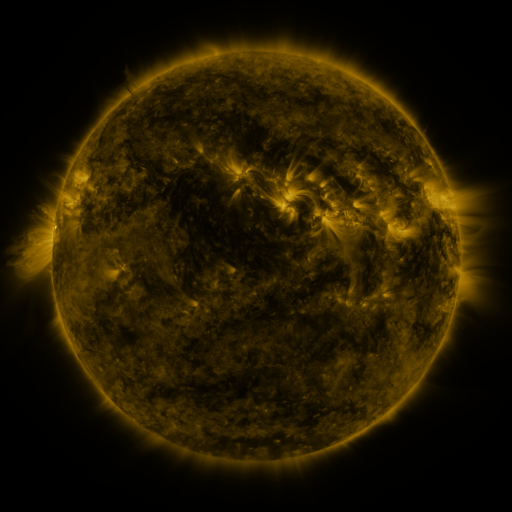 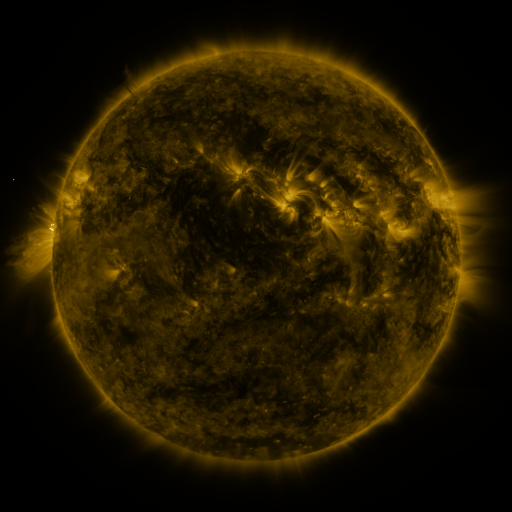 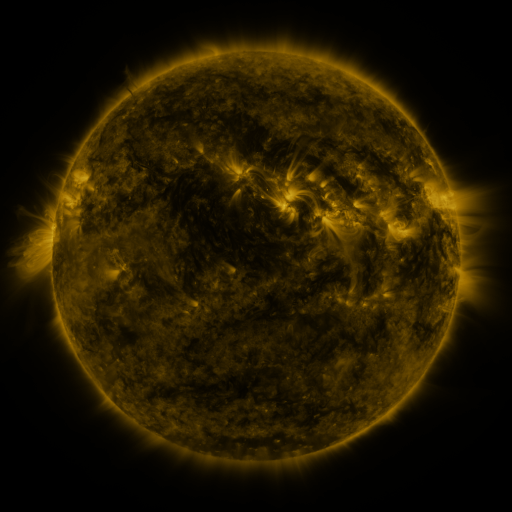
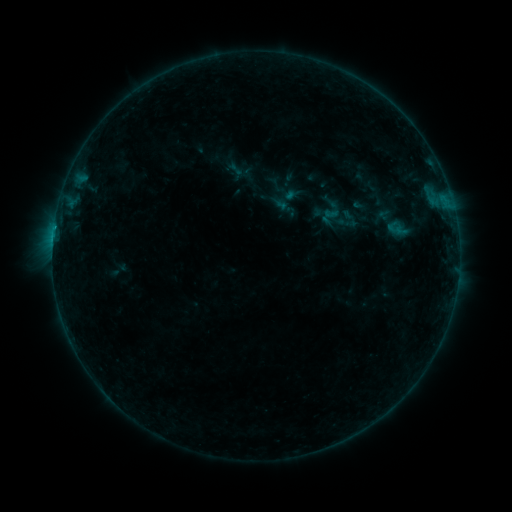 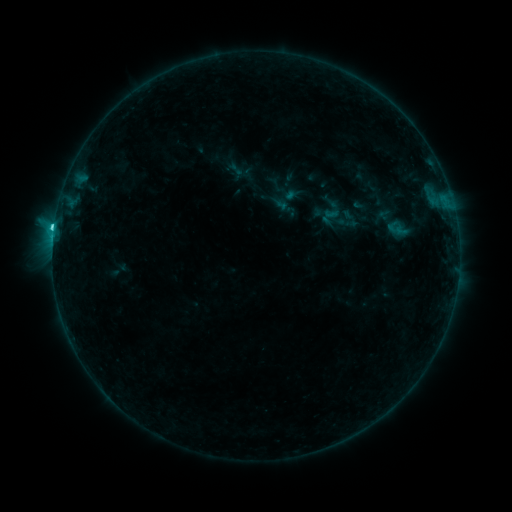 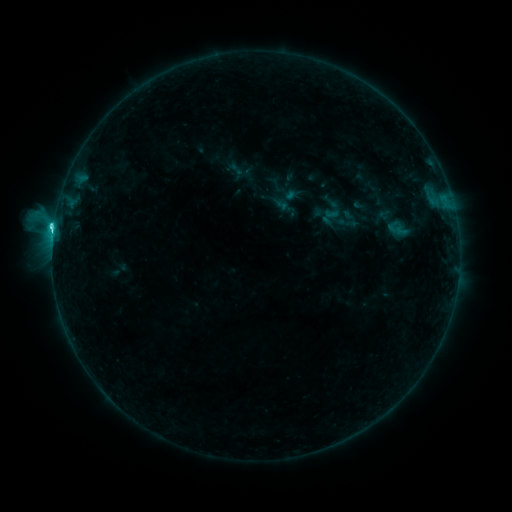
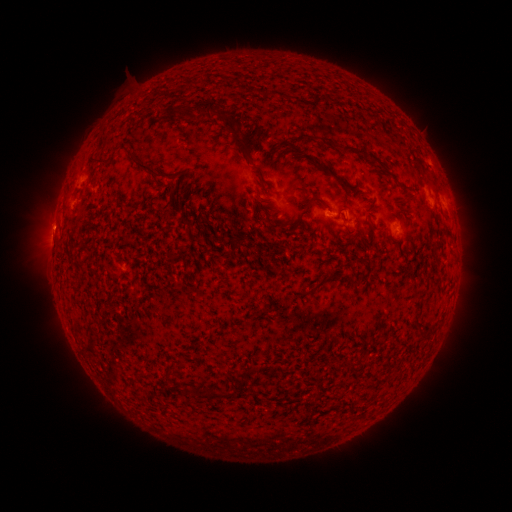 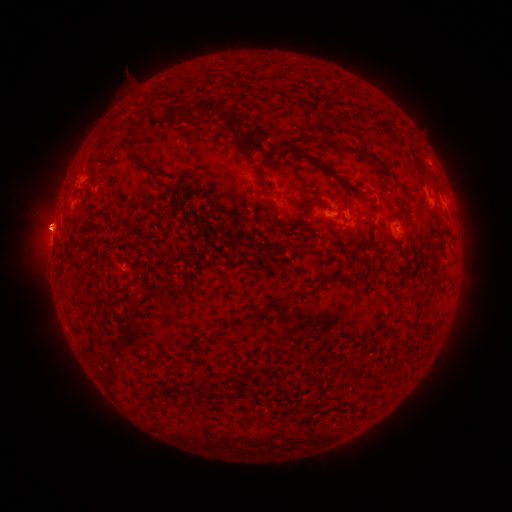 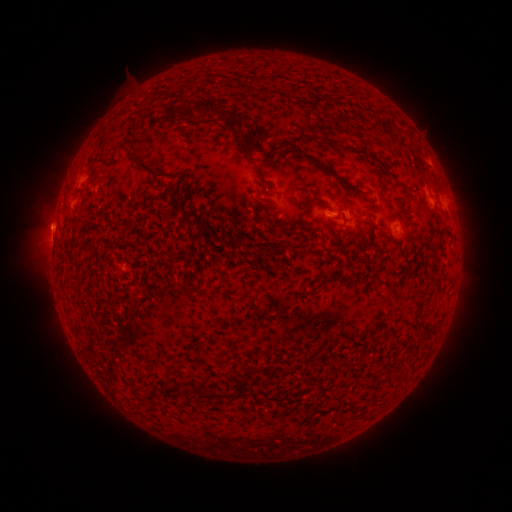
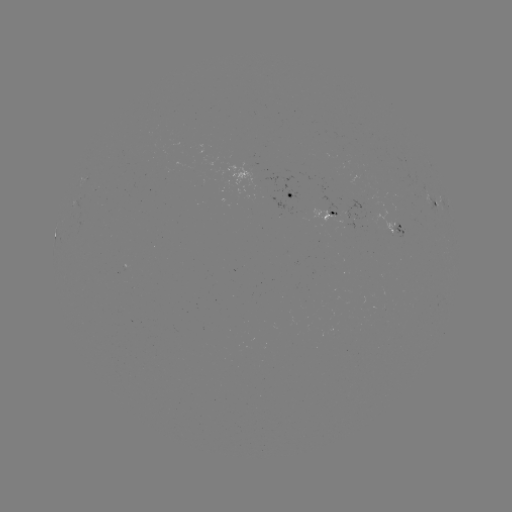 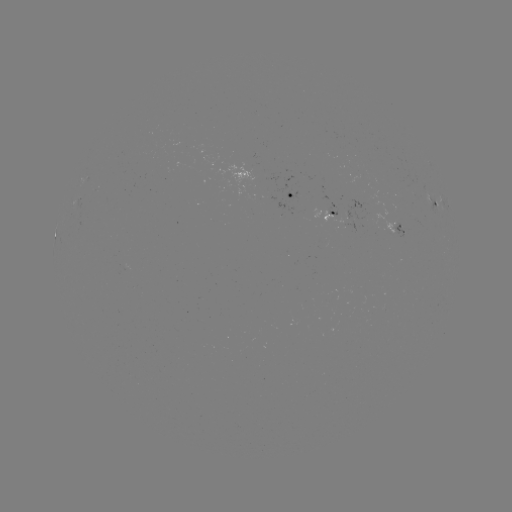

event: eruption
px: (51, 229)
